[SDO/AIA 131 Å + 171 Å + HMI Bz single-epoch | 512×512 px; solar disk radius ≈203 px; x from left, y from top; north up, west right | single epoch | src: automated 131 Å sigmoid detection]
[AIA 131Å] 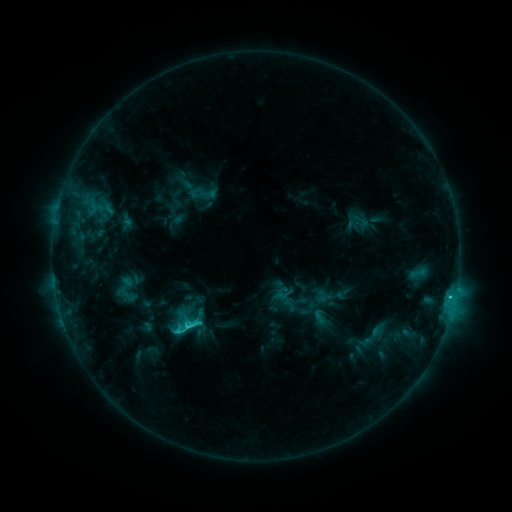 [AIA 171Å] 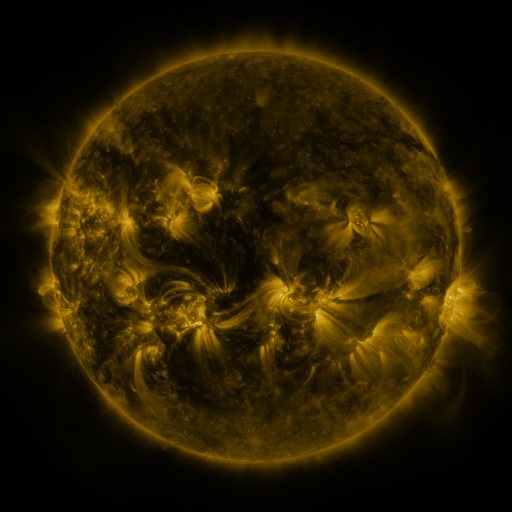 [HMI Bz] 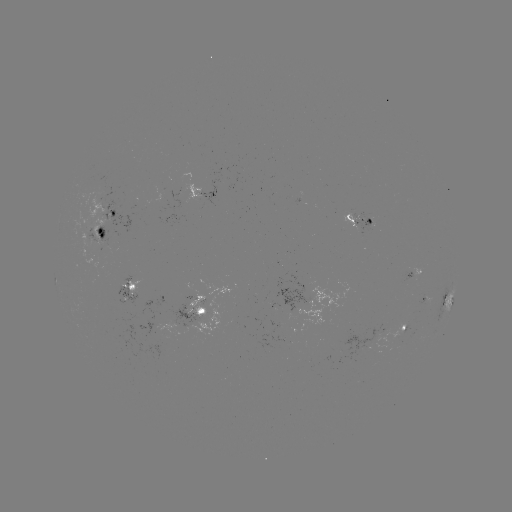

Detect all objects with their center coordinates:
sigmoid: (203, 193)
sigmoid: (185, 321)
sigmoid: (373, 336)
